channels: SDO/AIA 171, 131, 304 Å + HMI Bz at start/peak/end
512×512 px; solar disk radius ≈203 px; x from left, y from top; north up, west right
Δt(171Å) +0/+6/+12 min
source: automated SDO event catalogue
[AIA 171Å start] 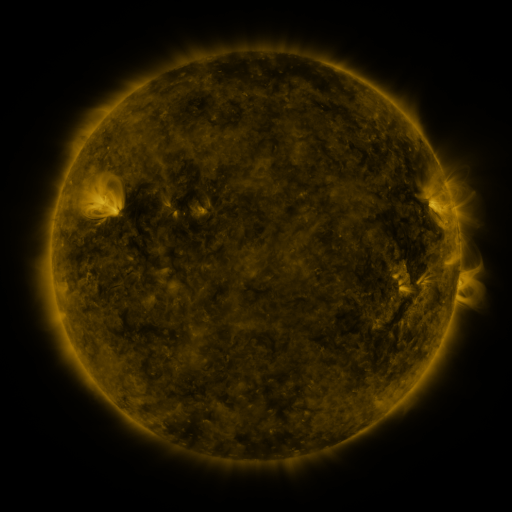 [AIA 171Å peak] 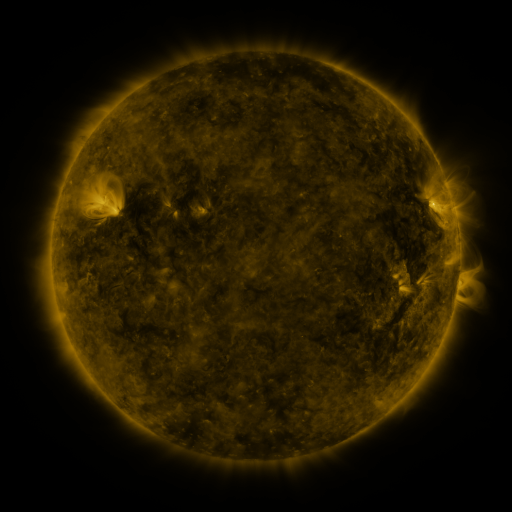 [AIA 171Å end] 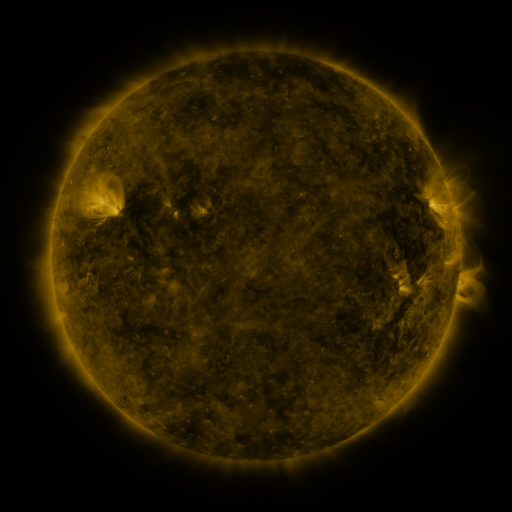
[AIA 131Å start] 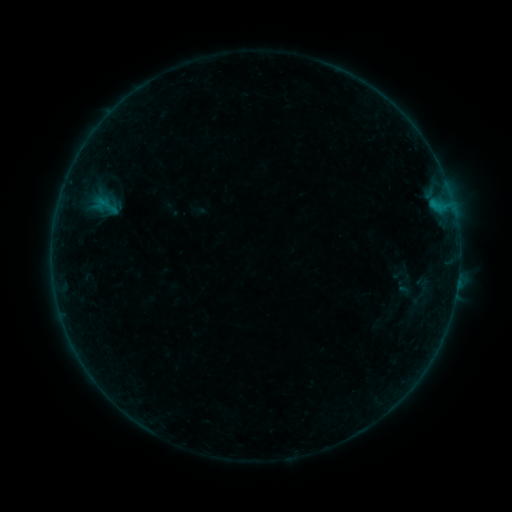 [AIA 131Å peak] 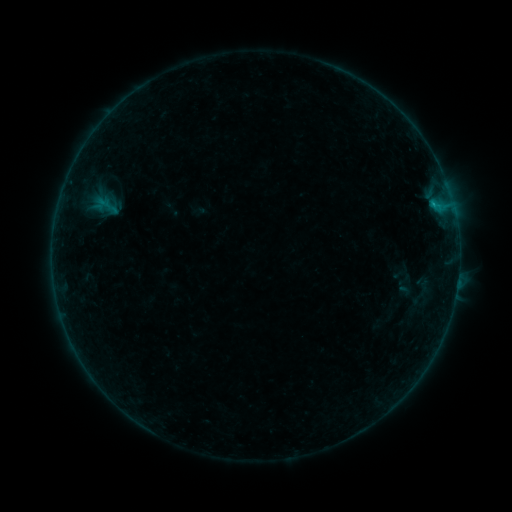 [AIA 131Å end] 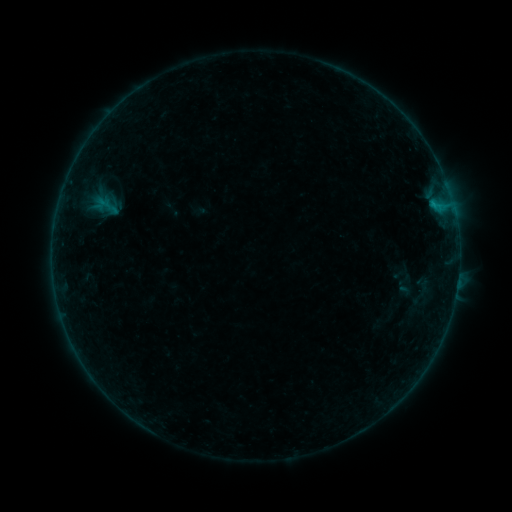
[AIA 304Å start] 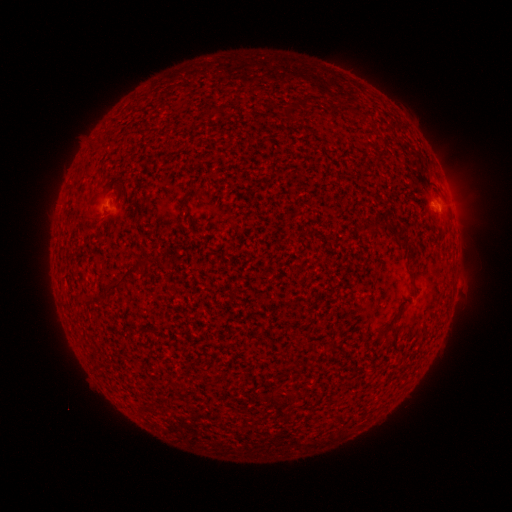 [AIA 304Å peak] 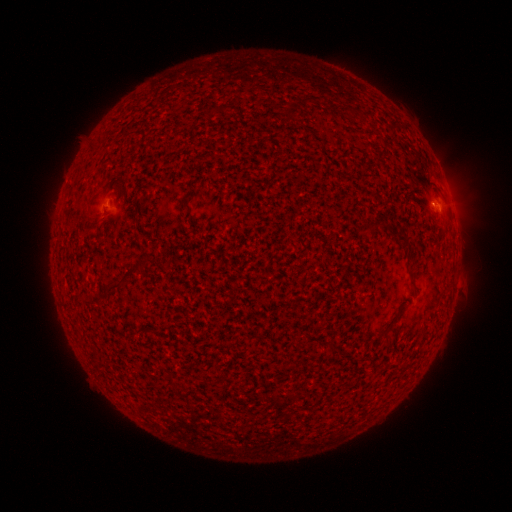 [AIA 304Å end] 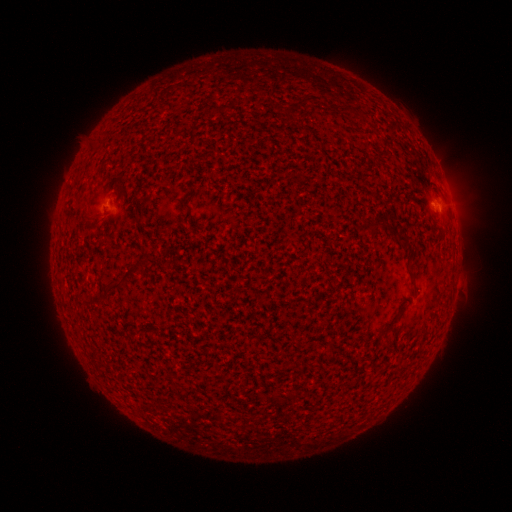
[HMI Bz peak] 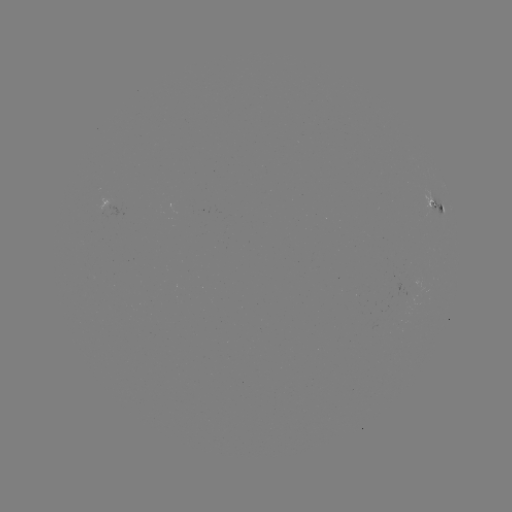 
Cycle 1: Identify B1.6 flare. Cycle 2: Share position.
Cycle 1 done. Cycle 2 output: [434, 208].